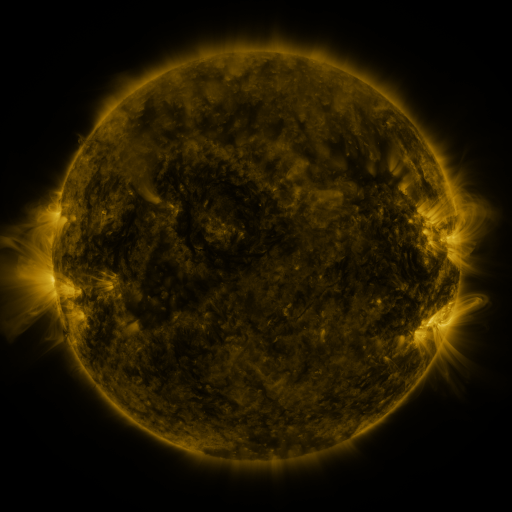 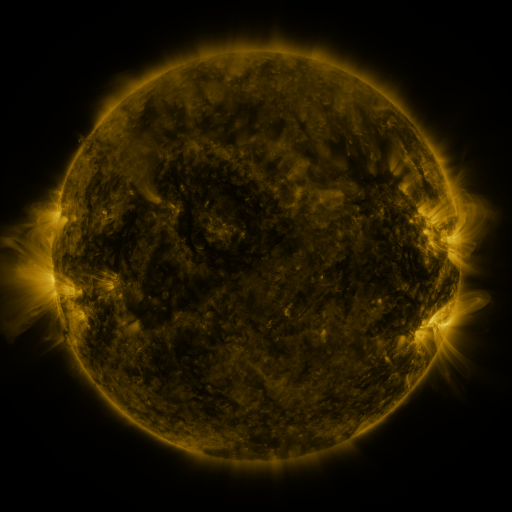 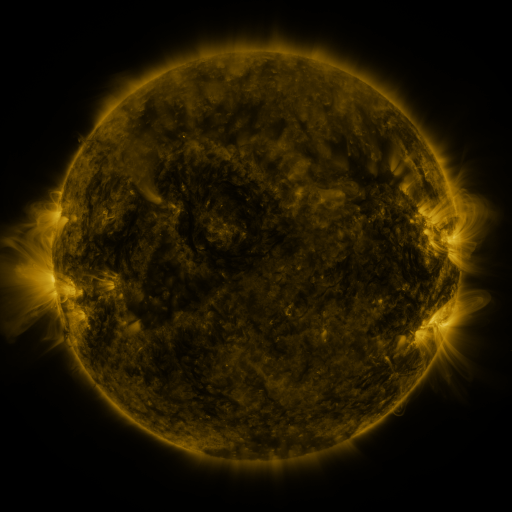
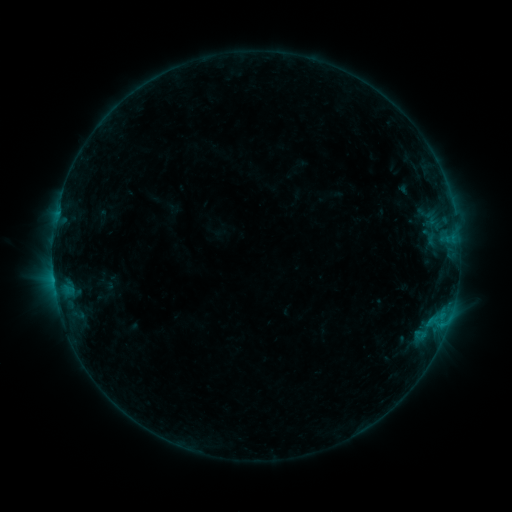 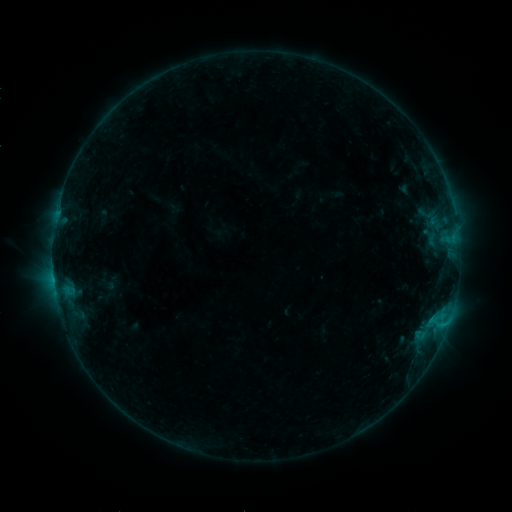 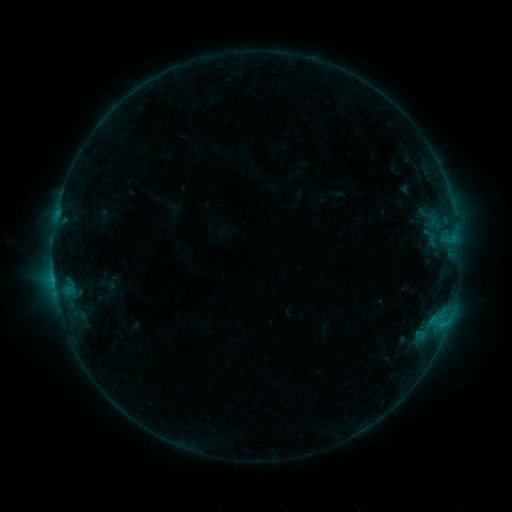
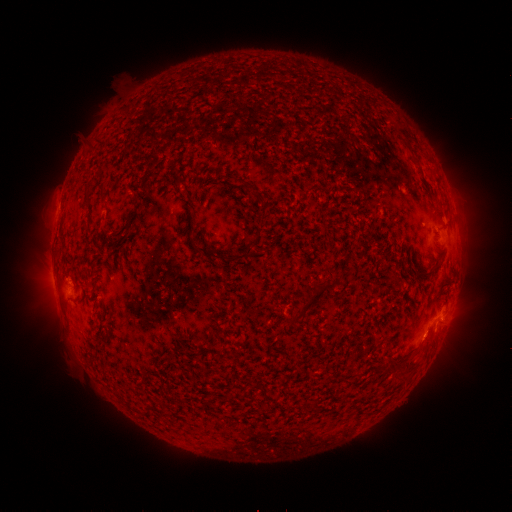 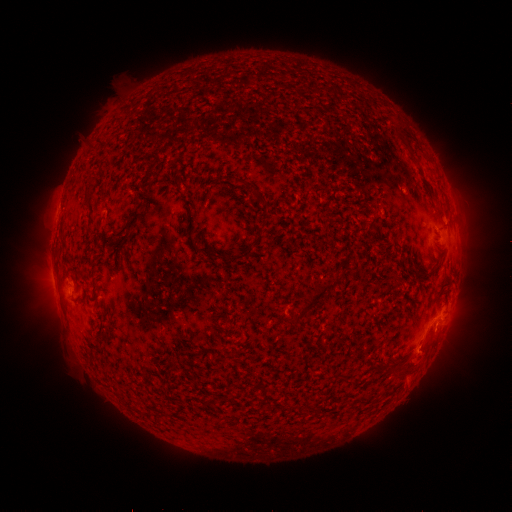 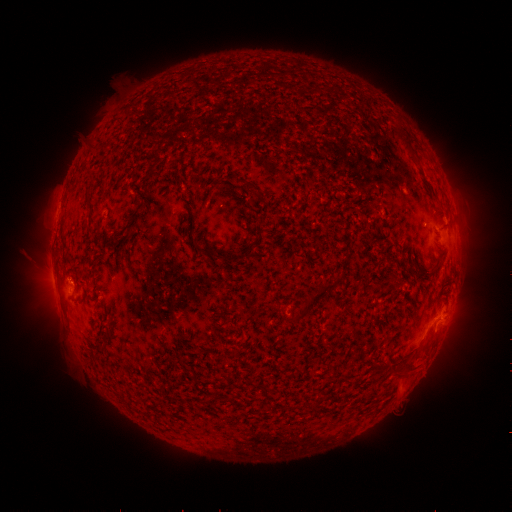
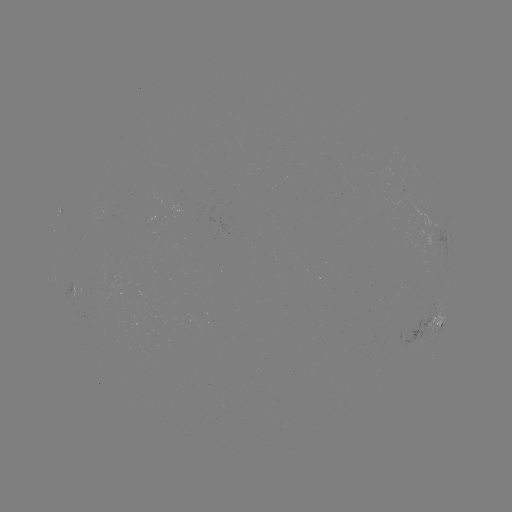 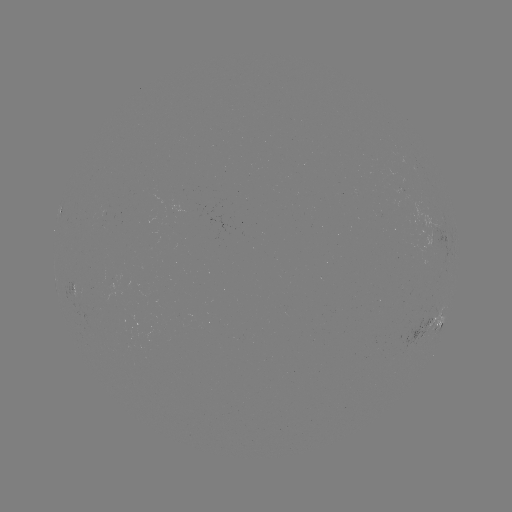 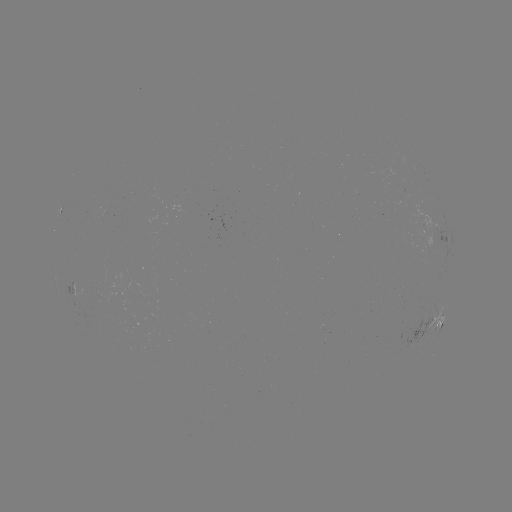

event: eruption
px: (424, 359)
